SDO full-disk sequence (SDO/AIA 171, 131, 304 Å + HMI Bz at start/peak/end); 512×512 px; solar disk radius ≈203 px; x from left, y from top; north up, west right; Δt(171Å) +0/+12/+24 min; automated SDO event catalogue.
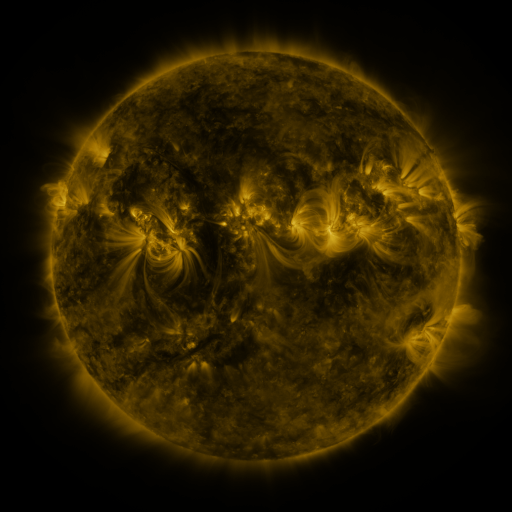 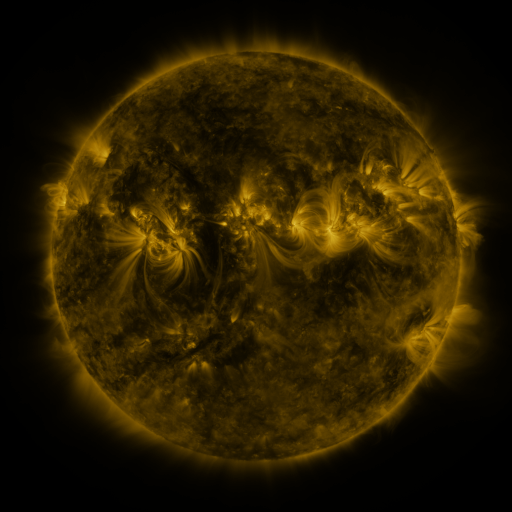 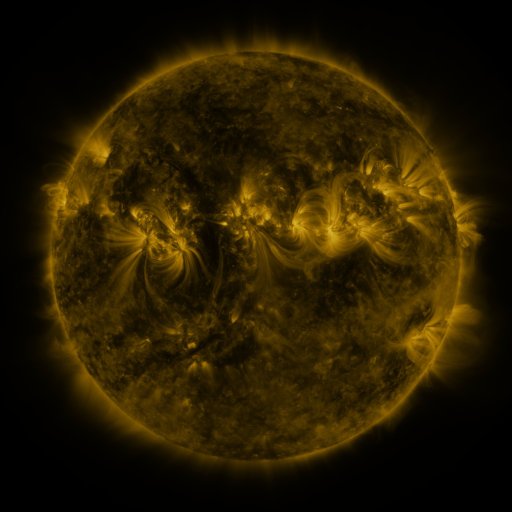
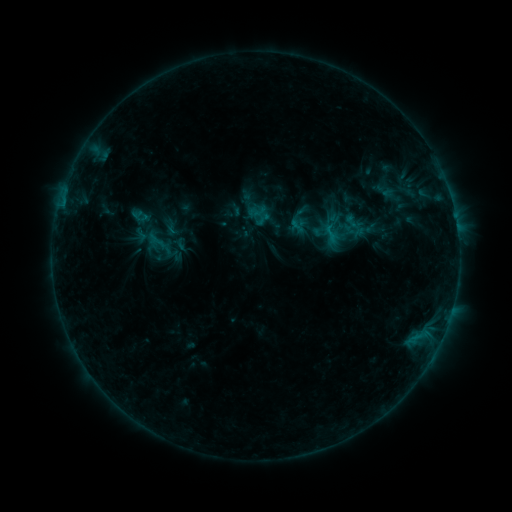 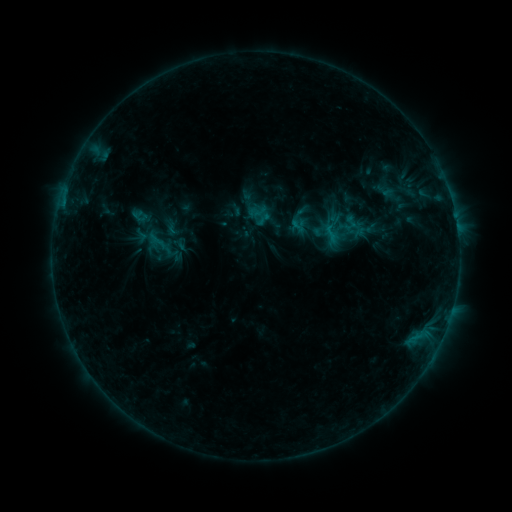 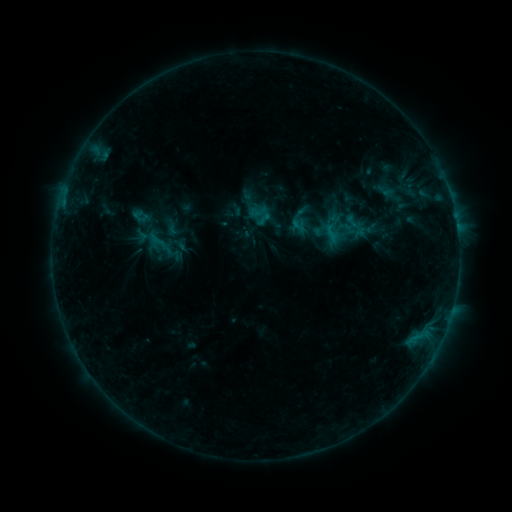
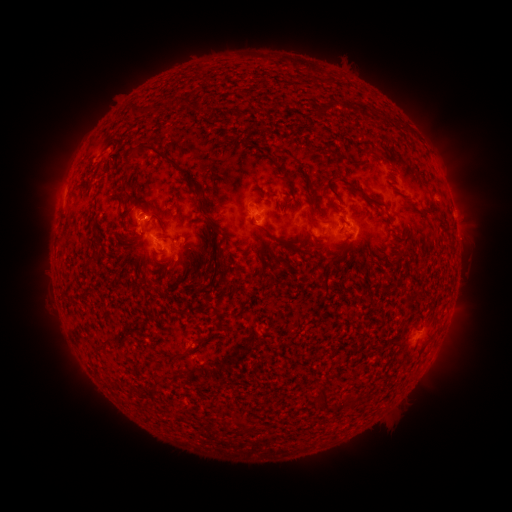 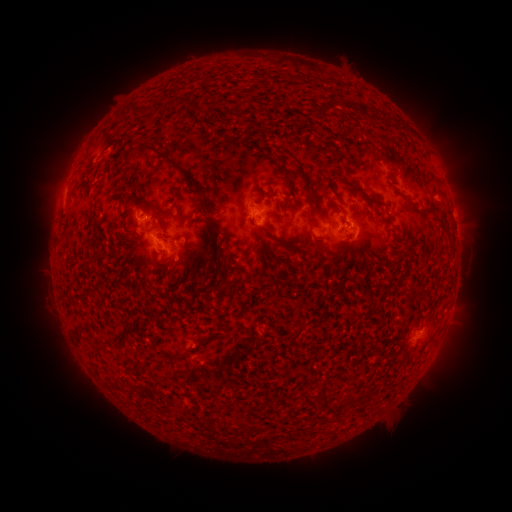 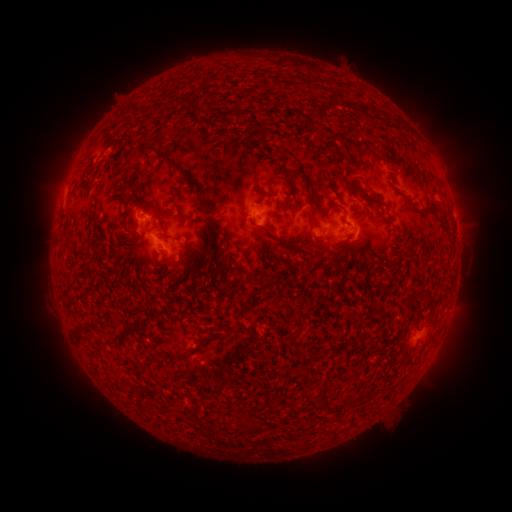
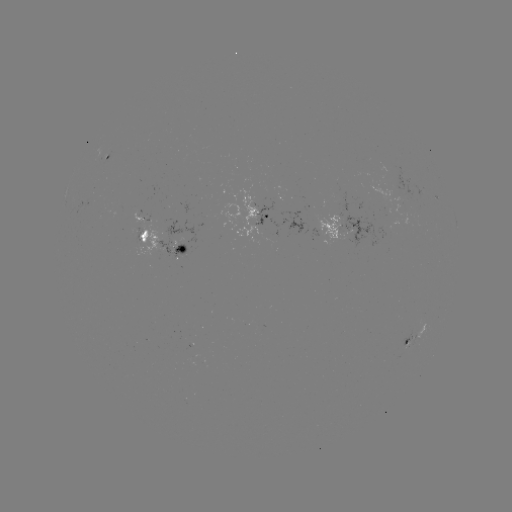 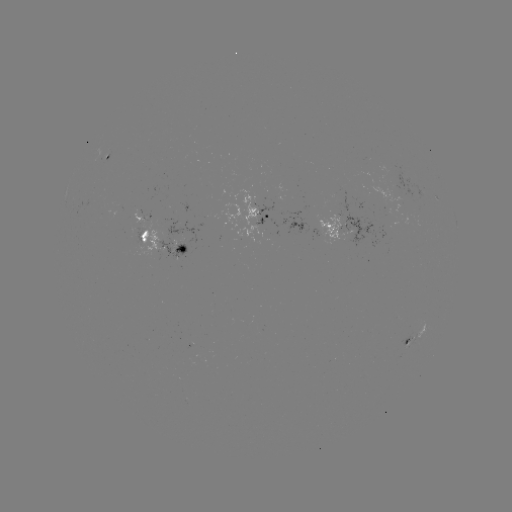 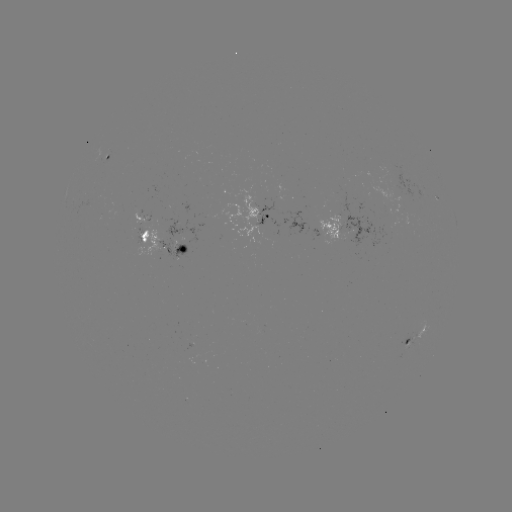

no catalogued flare and no flagged EUV brightening in this window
